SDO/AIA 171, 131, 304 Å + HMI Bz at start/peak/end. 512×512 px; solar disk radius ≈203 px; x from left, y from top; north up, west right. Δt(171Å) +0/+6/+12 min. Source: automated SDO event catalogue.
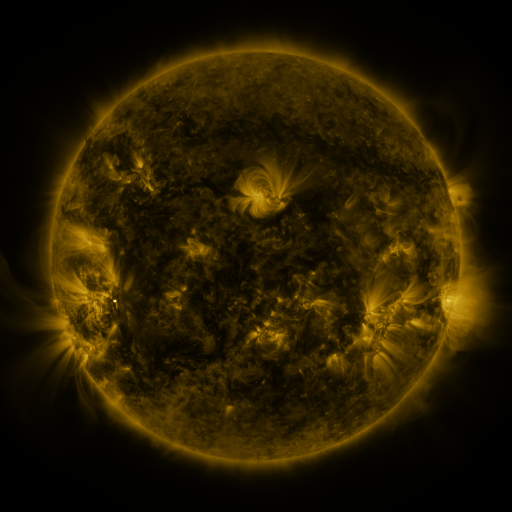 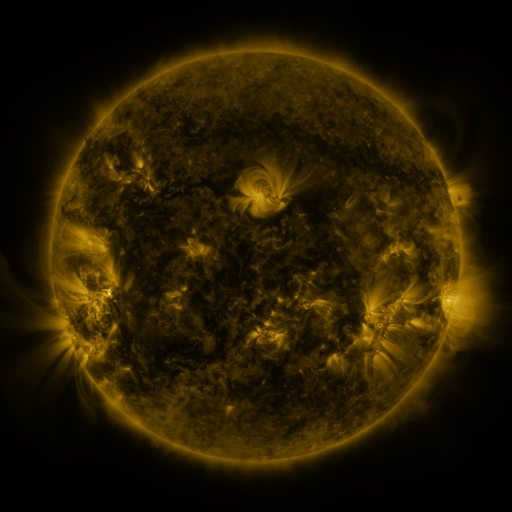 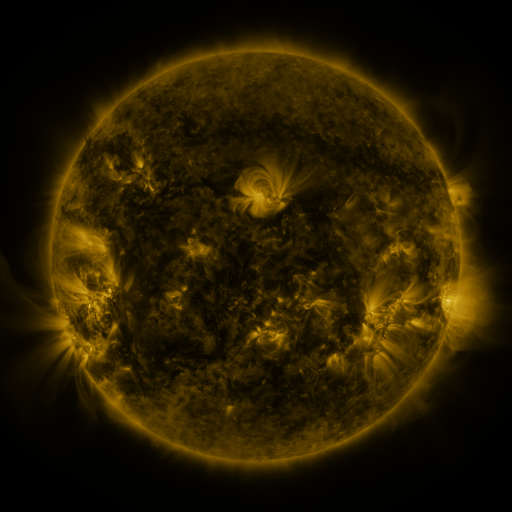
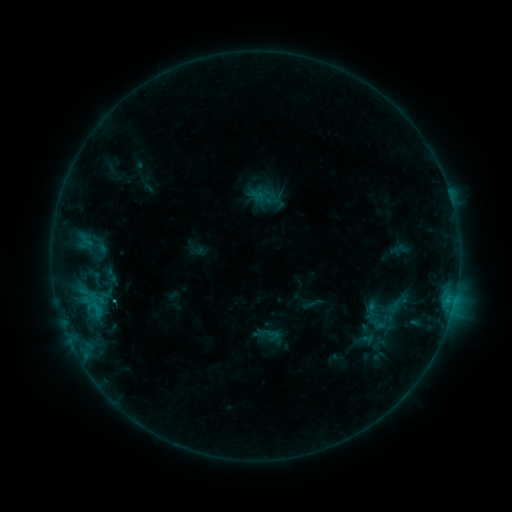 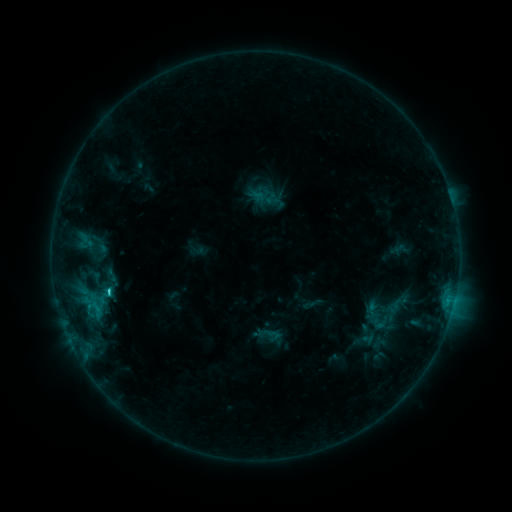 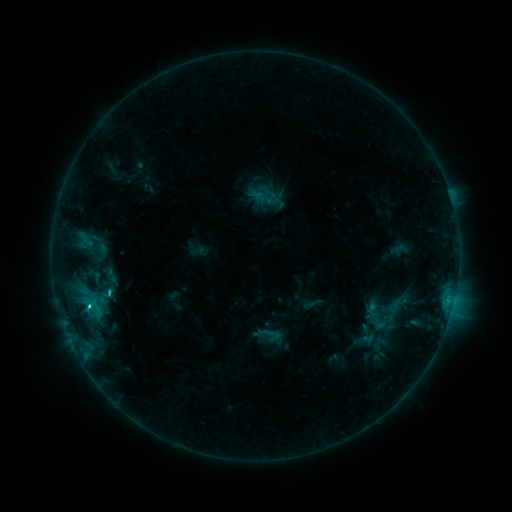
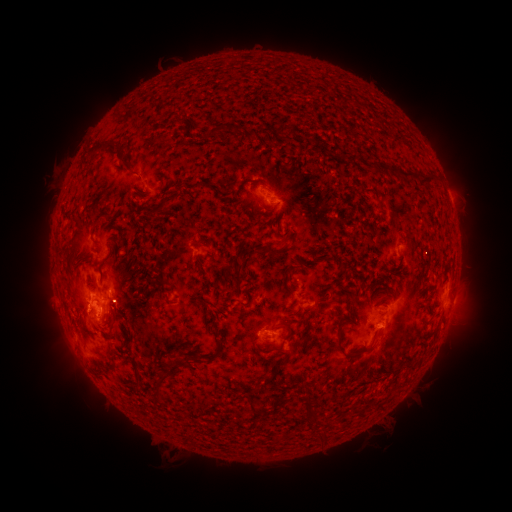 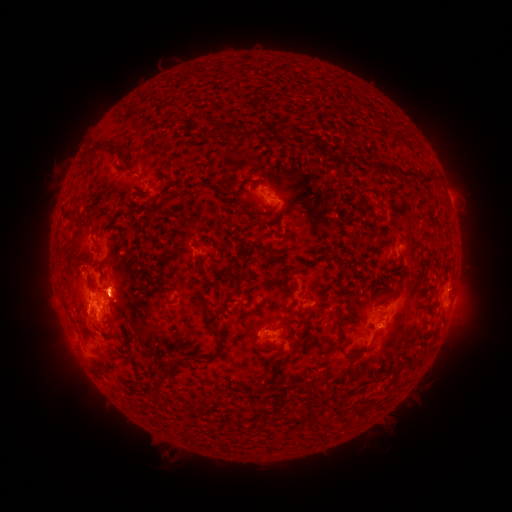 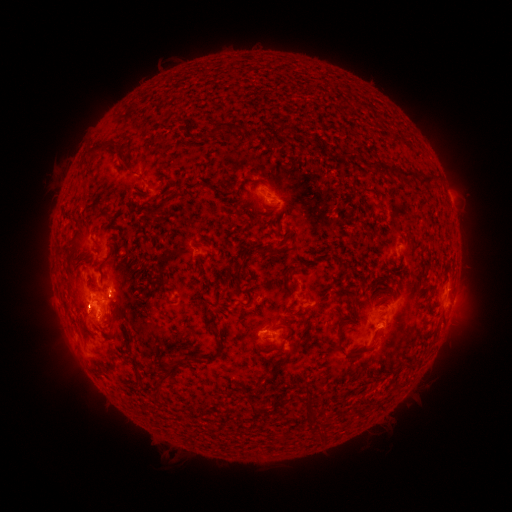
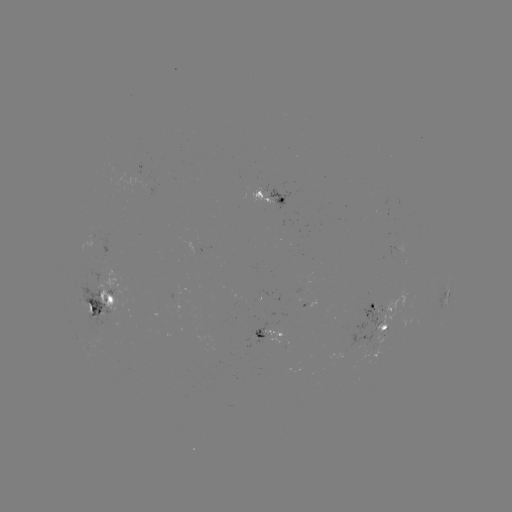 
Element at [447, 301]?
C1.7 flare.